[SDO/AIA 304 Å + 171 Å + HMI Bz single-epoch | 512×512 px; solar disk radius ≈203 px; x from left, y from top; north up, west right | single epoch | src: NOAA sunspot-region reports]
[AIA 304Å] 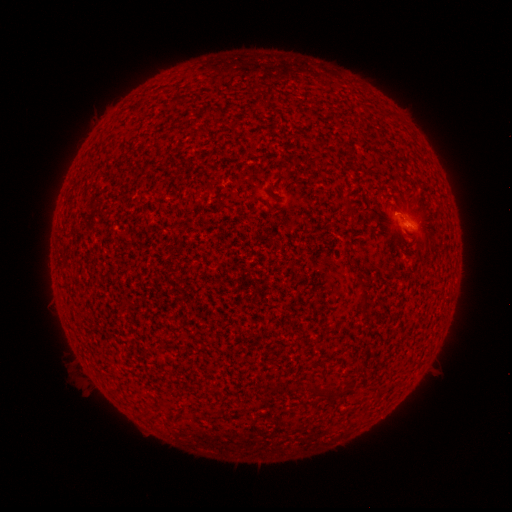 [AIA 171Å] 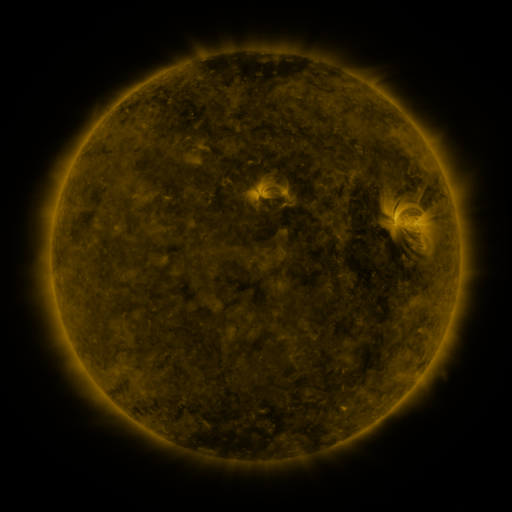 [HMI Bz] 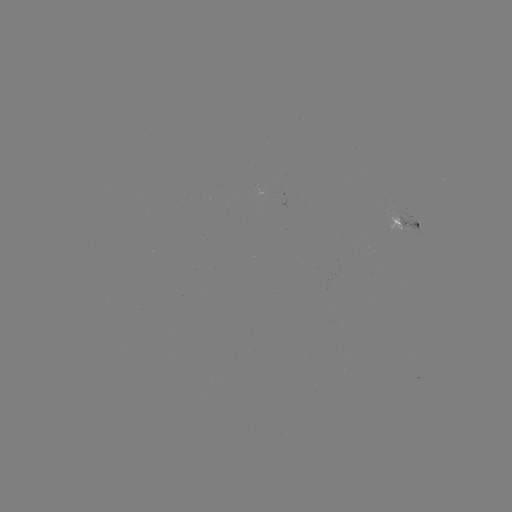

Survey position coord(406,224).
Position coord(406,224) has spotted active region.